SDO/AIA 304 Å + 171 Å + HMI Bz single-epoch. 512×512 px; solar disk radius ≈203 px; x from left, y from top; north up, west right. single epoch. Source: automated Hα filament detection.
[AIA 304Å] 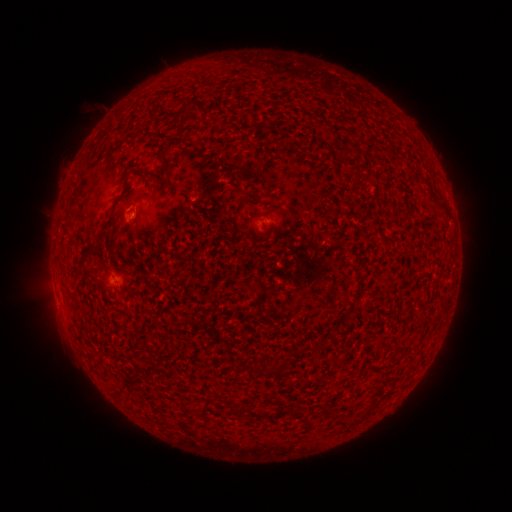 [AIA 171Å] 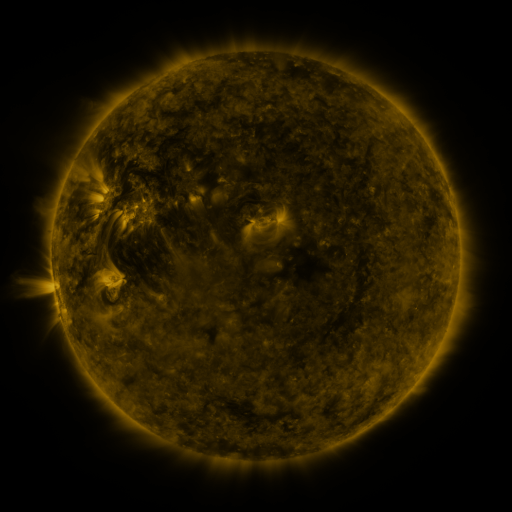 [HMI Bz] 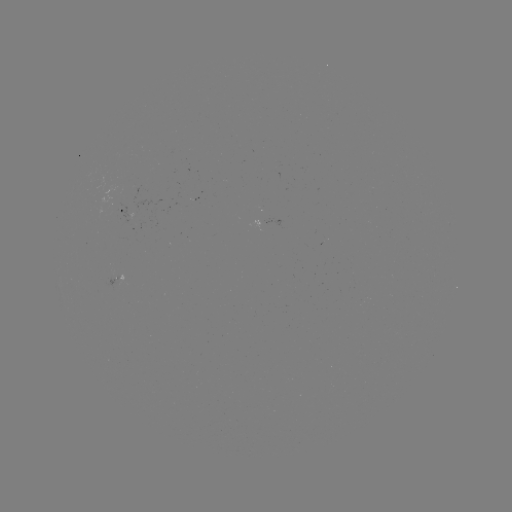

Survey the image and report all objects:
filament: (162, 157)
filament: (135, 170)
filament: (356, 177)
filament: (90, 251)
